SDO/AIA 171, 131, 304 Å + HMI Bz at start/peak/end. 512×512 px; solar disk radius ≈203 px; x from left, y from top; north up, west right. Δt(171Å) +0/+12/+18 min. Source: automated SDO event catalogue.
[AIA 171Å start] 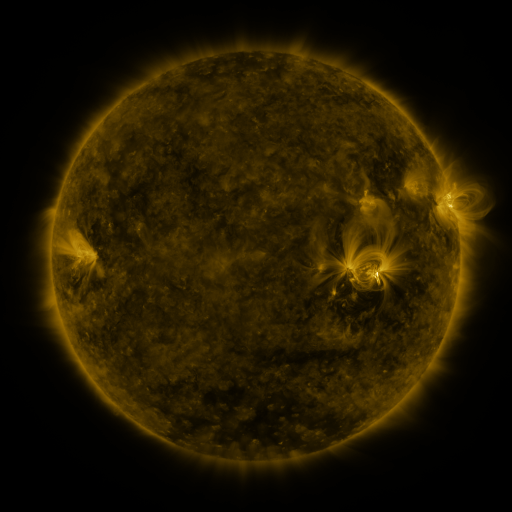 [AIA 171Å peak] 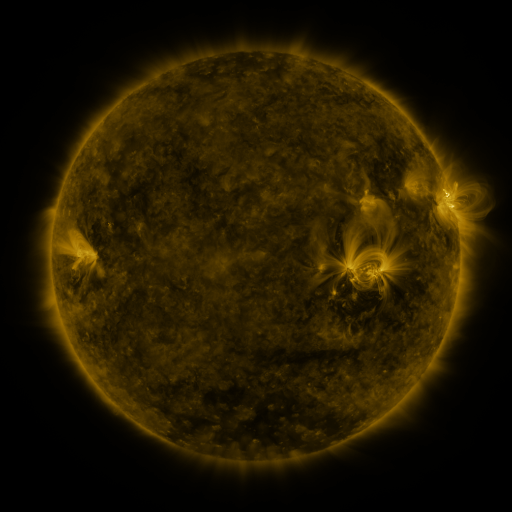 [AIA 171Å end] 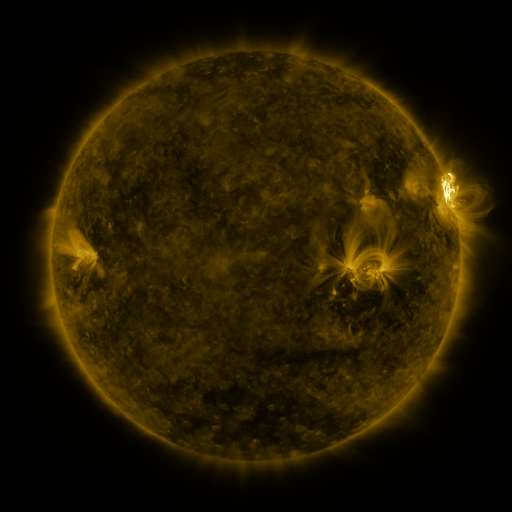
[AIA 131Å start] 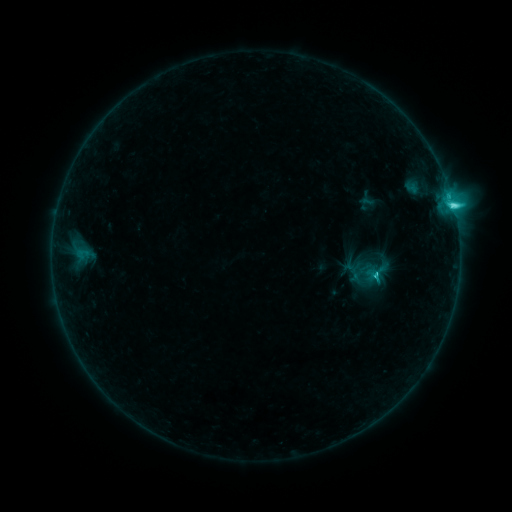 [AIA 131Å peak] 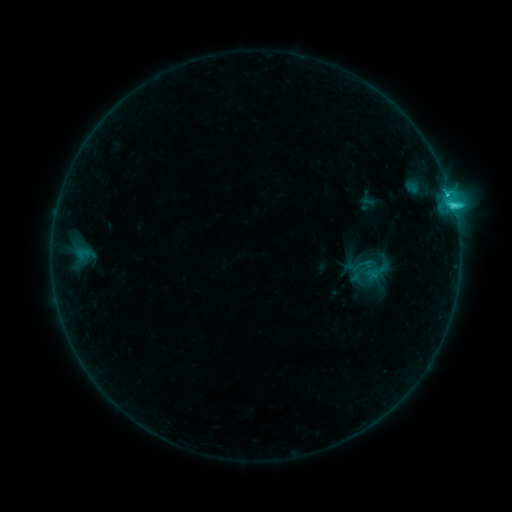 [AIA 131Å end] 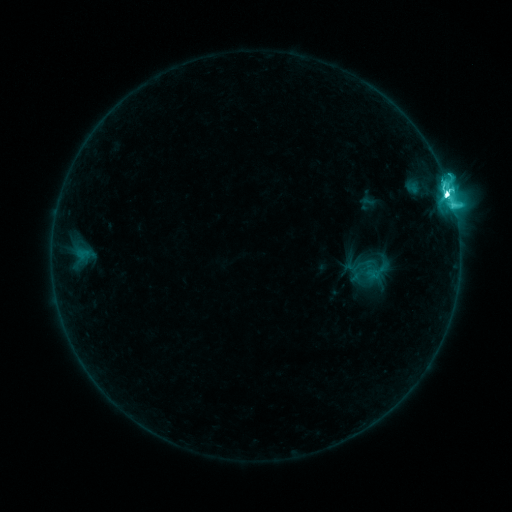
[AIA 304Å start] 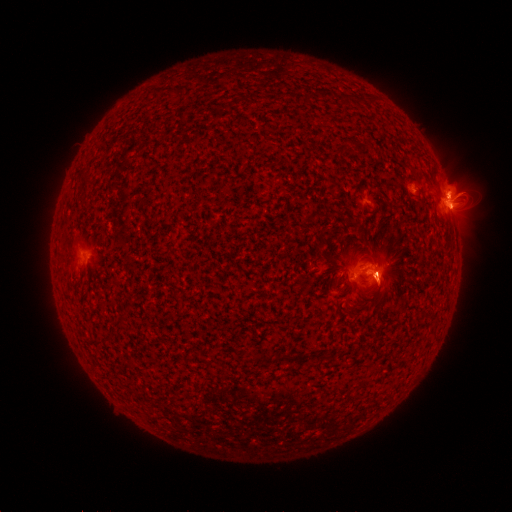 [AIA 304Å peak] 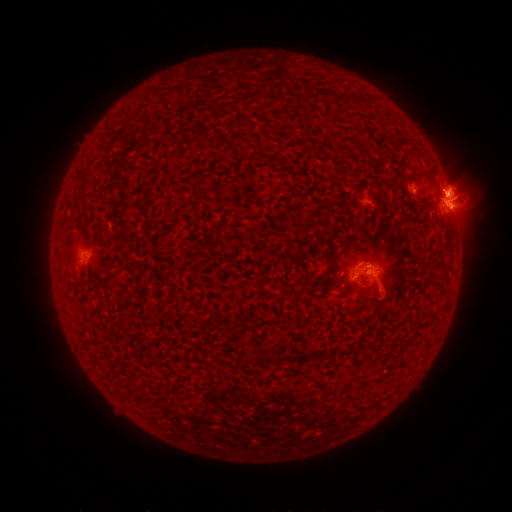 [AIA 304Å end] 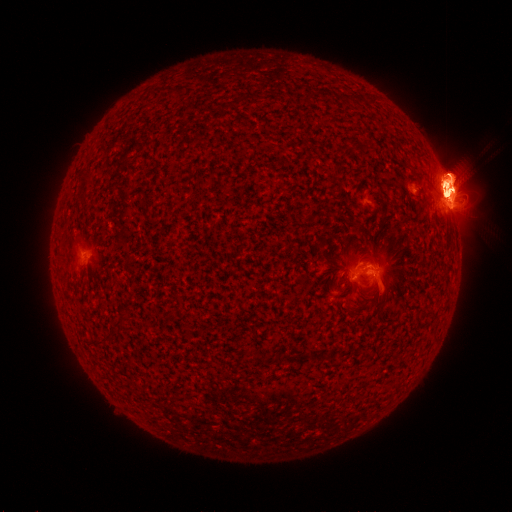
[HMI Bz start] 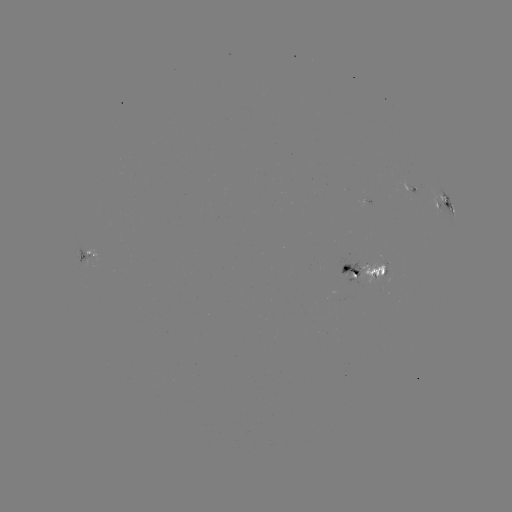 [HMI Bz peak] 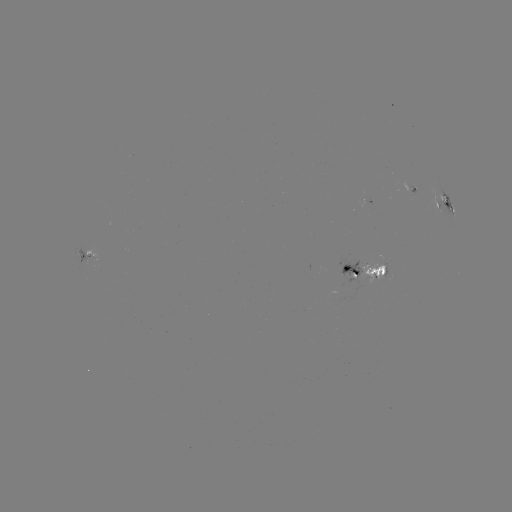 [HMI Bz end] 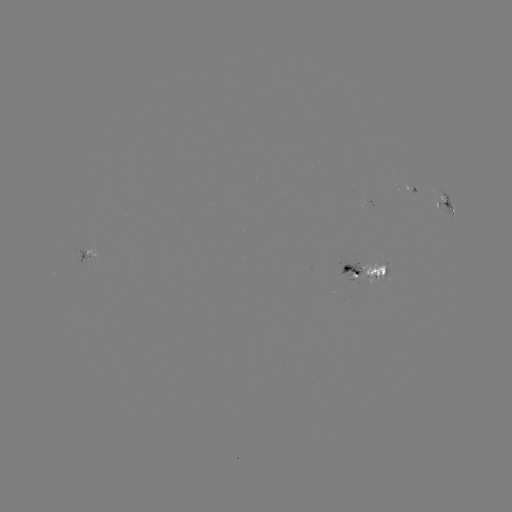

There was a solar eruption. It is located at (384, 297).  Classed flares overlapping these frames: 1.